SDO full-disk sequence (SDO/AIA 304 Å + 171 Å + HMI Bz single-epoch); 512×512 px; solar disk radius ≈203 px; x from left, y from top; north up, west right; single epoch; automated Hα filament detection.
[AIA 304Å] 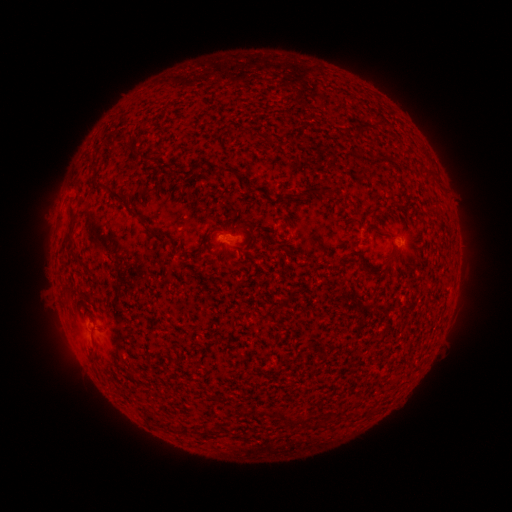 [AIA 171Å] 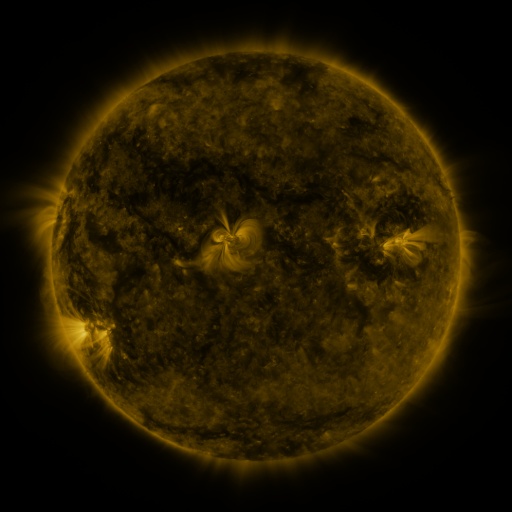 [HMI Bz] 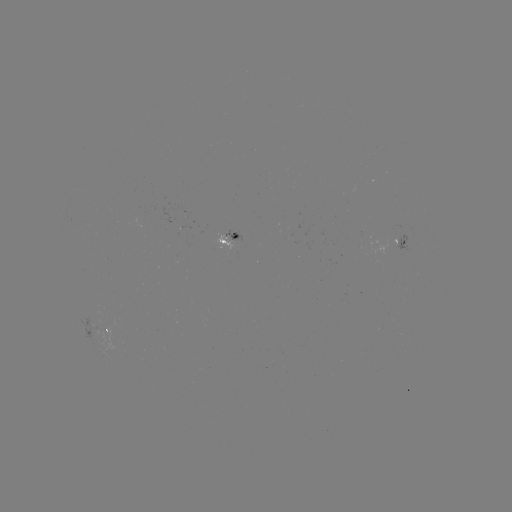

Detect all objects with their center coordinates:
filament: (361, 127)
filament: (120, 139)
filament: (131, 150)
filament: (222, 170)
filament: (310, 189)
filament: (111, 193)
filament: (72, 218)
filament: (388, 231)
filament: (159, 238)
filament: (391, 257)
filament: (284, 415)
filament: (303, 419)
filament: (170, 429)
